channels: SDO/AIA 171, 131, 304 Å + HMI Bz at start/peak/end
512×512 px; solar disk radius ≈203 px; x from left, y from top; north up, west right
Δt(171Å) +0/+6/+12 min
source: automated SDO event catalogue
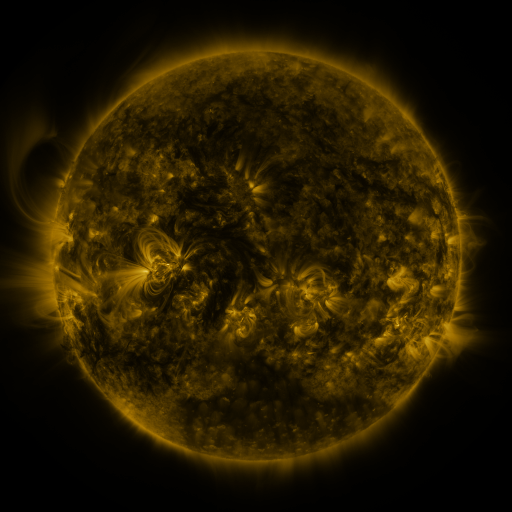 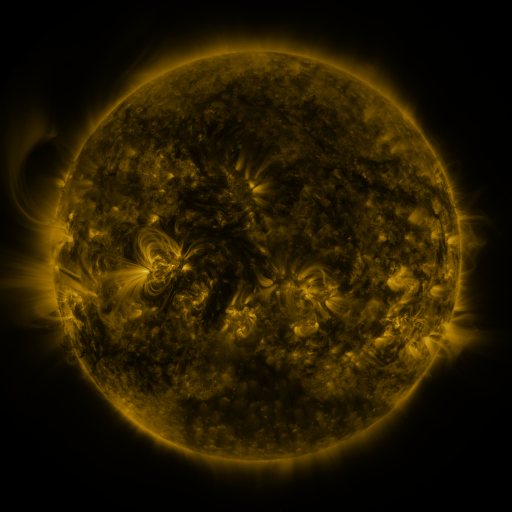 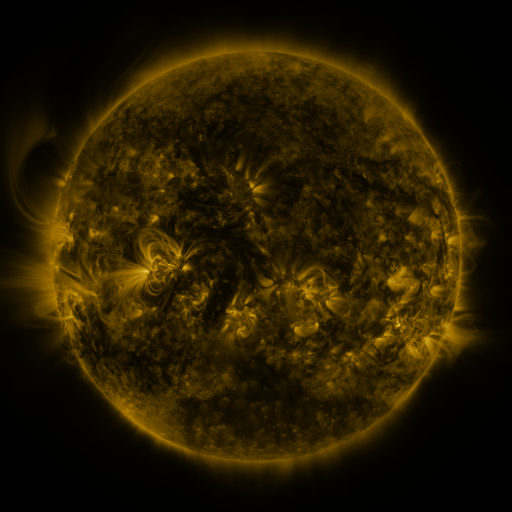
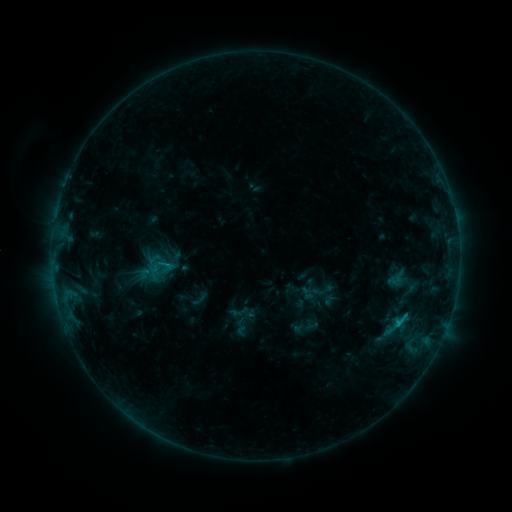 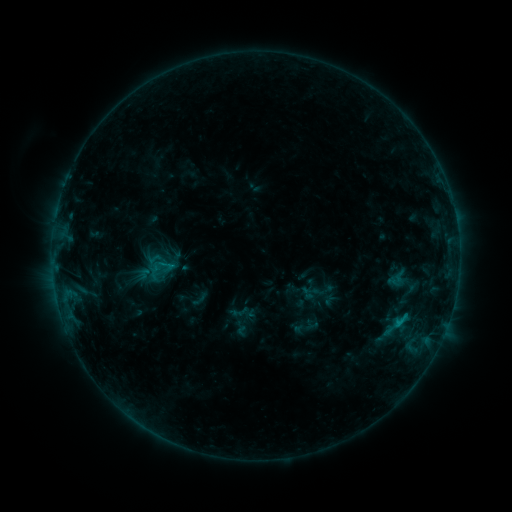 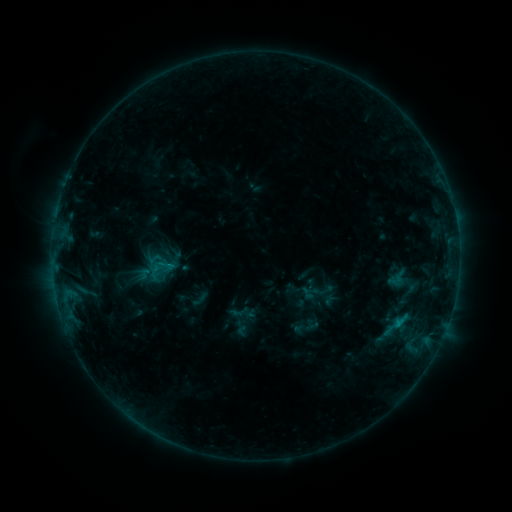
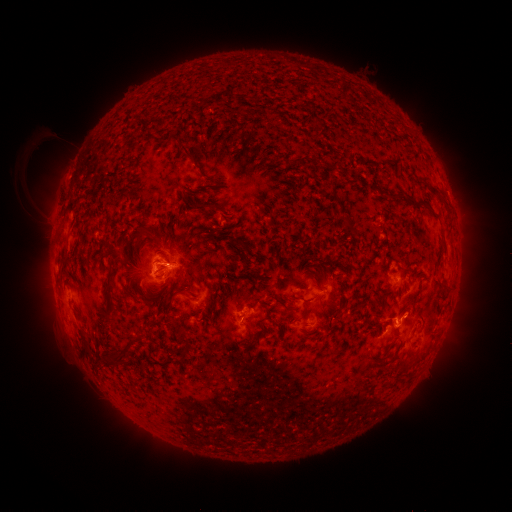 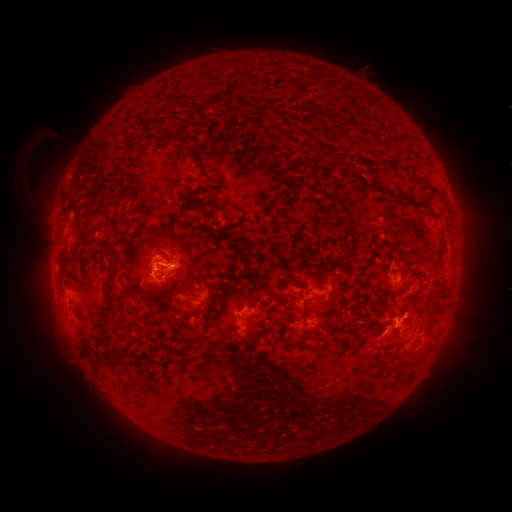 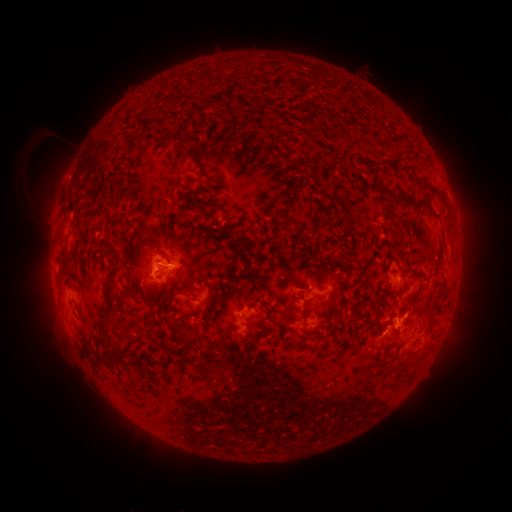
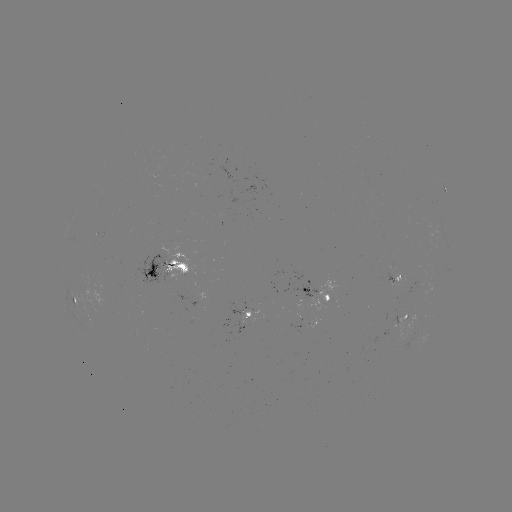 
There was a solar flare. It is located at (173, 267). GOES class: C1.1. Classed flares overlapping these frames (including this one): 1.